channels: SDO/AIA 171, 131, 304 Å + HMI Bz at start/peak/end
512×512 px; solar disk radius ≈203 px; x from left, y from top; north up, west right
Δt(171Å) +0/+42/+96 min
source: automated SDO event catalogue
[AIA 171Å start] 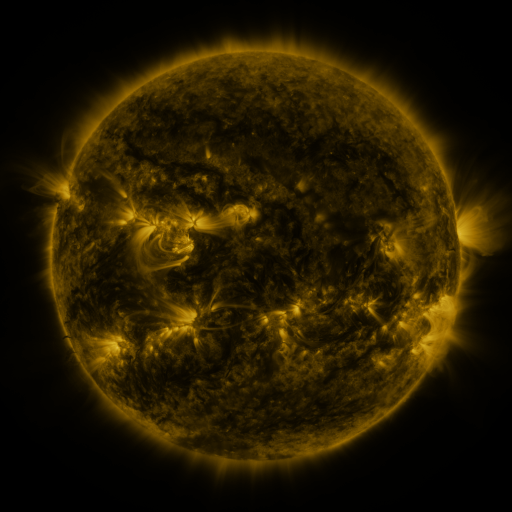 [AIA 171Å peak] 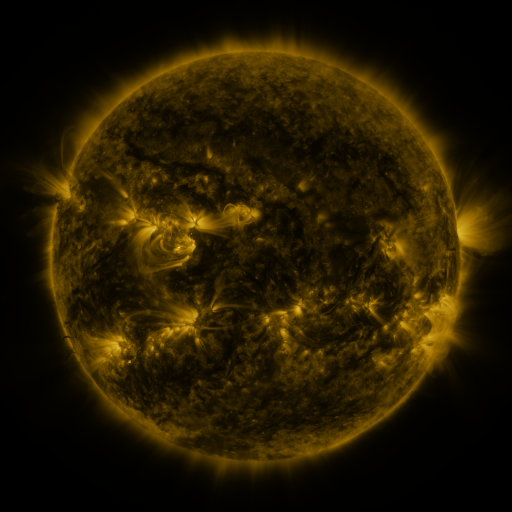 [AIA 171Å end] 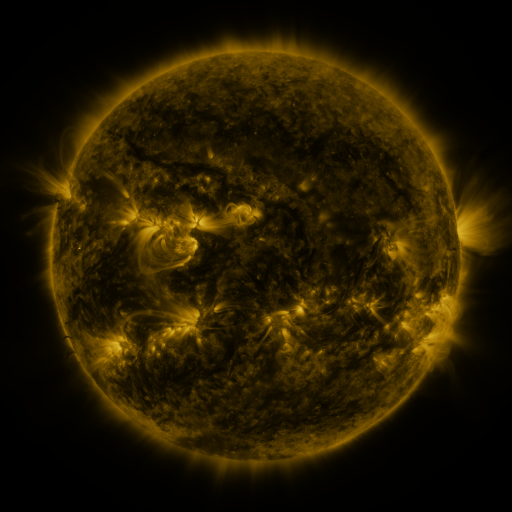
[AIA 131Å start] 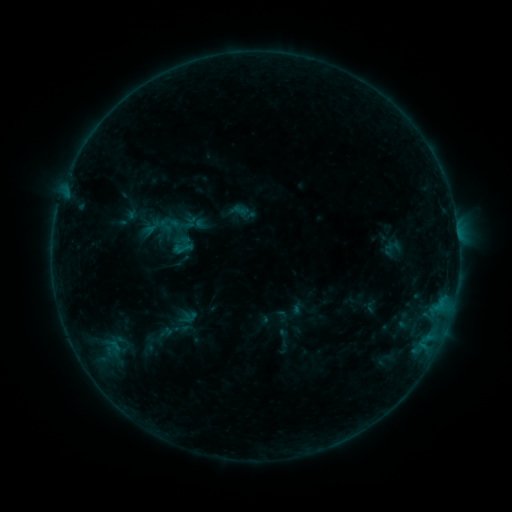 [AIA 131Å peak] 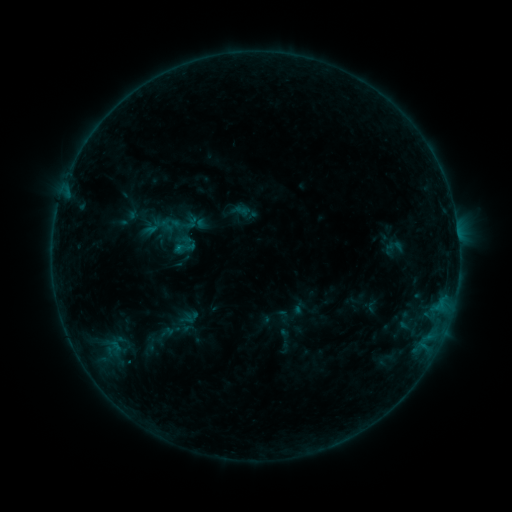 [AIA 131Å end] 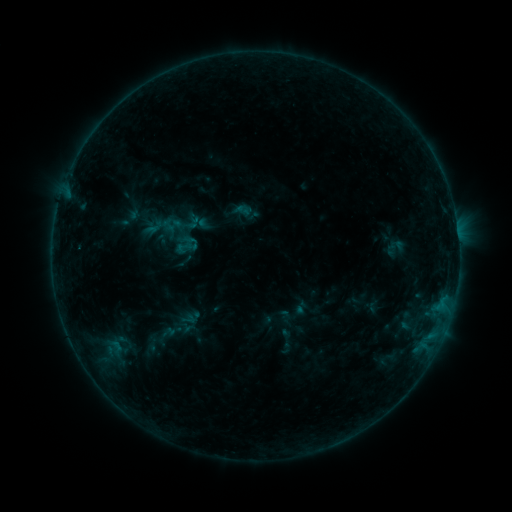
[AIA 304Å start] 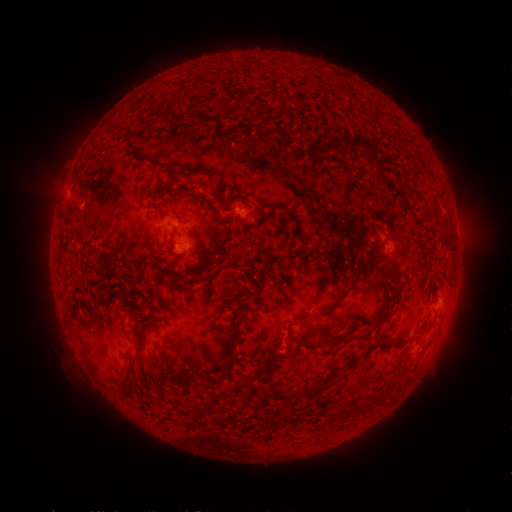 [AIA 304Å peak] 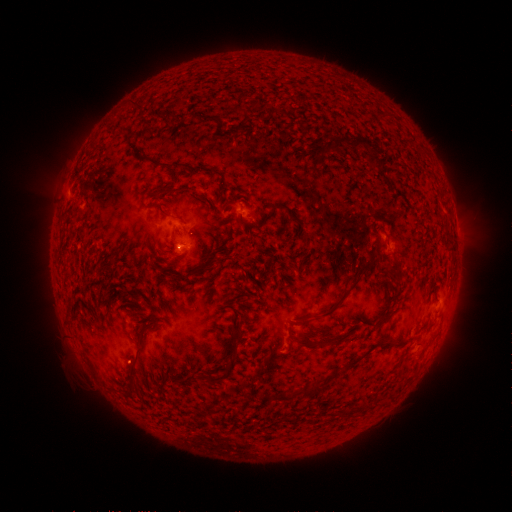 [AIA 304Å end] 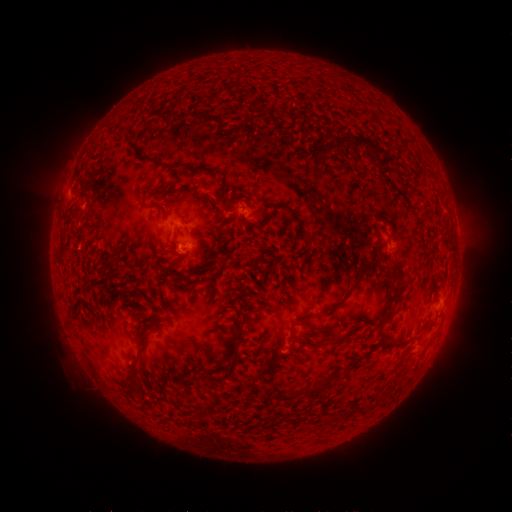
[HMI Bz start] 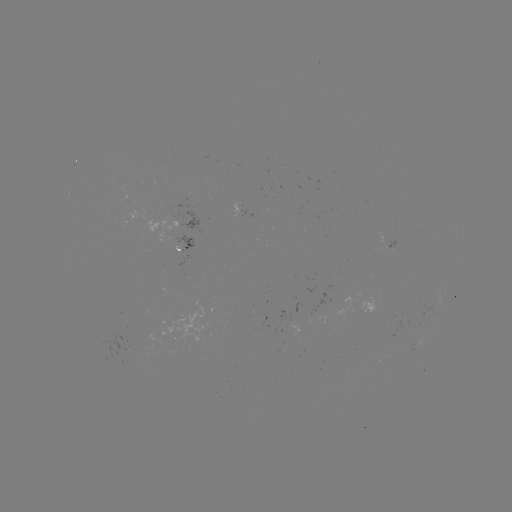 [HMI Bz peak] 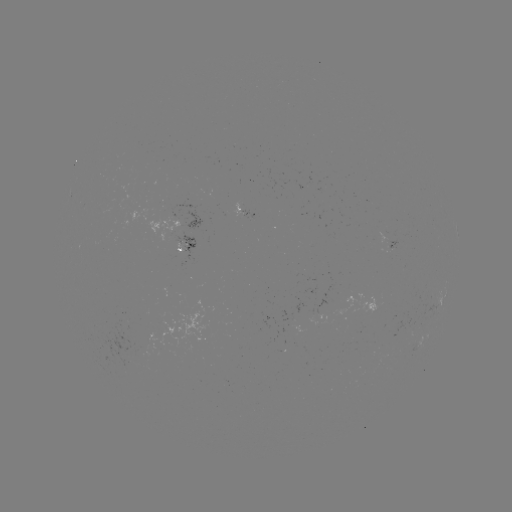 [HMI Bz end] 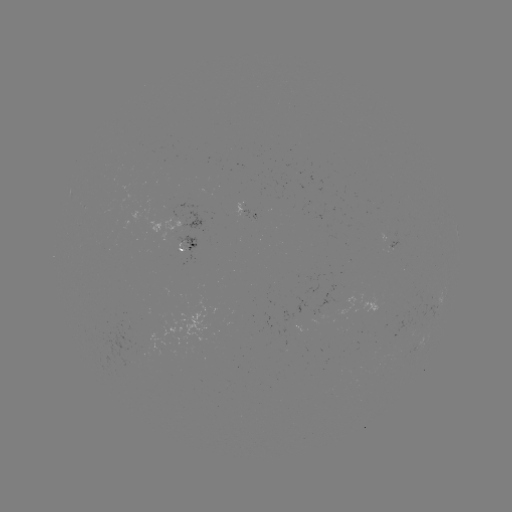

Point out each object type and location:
B4.8 flare: (179, 250)
